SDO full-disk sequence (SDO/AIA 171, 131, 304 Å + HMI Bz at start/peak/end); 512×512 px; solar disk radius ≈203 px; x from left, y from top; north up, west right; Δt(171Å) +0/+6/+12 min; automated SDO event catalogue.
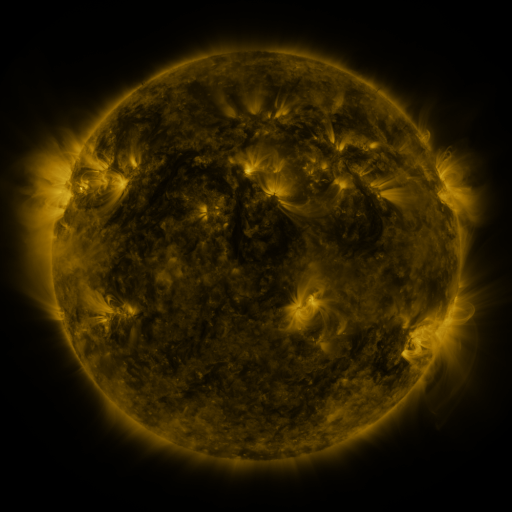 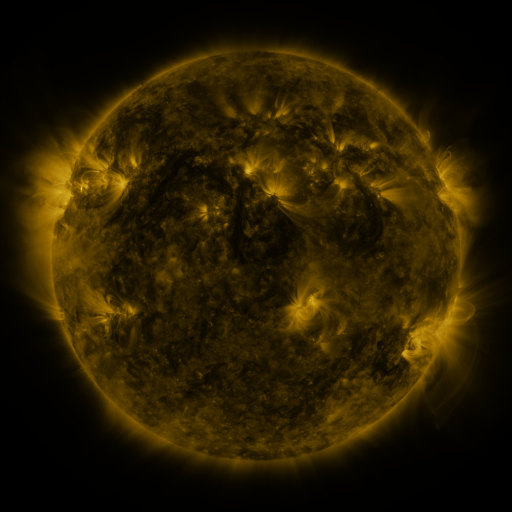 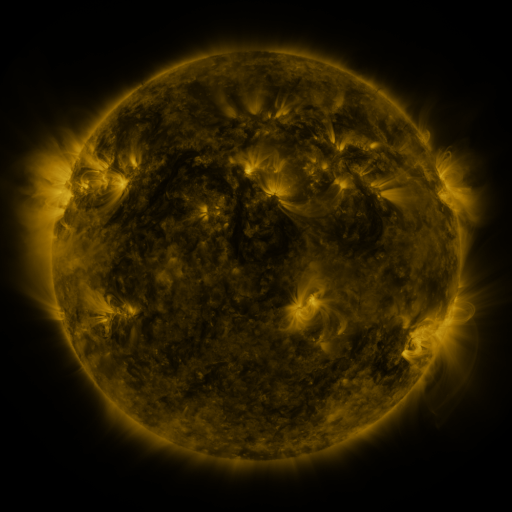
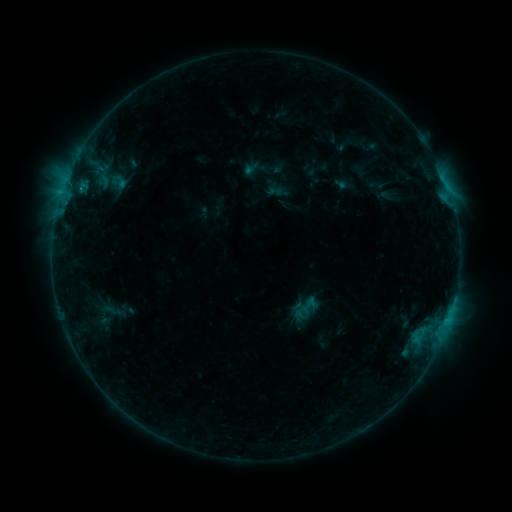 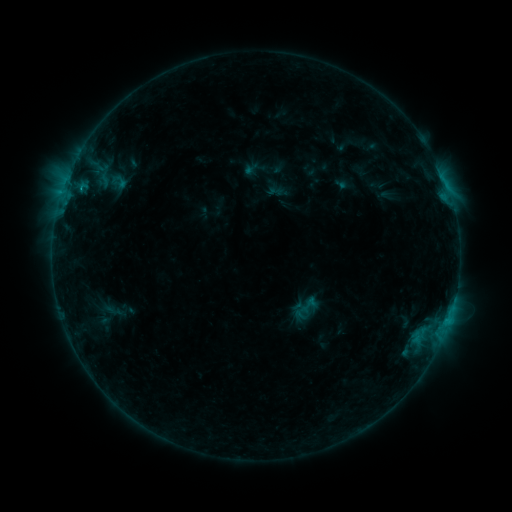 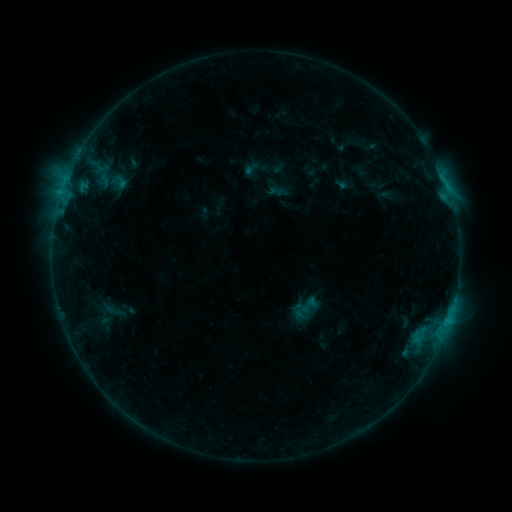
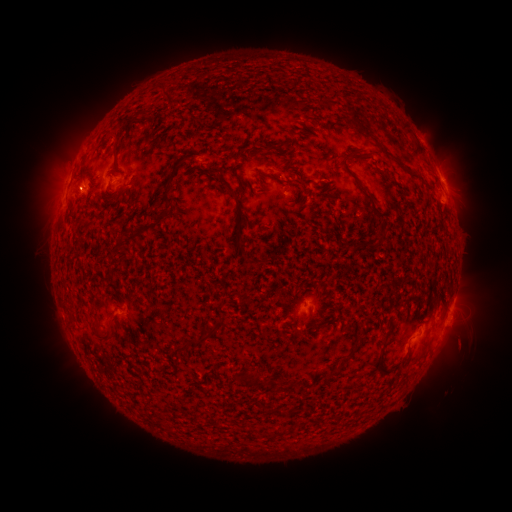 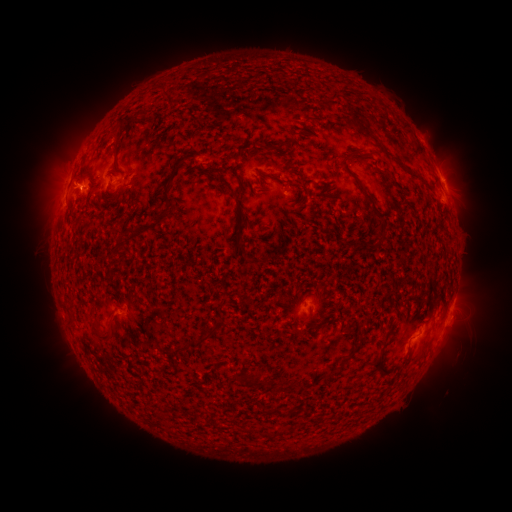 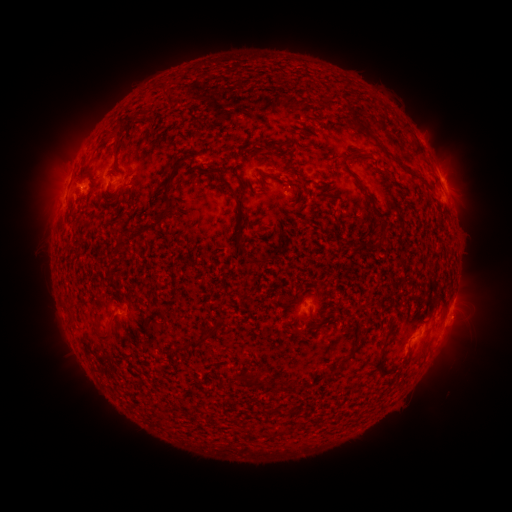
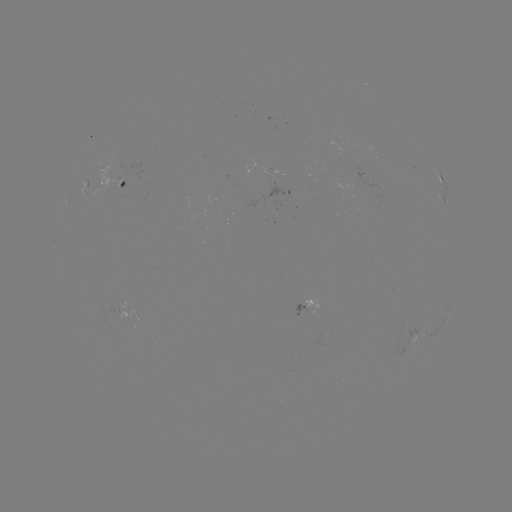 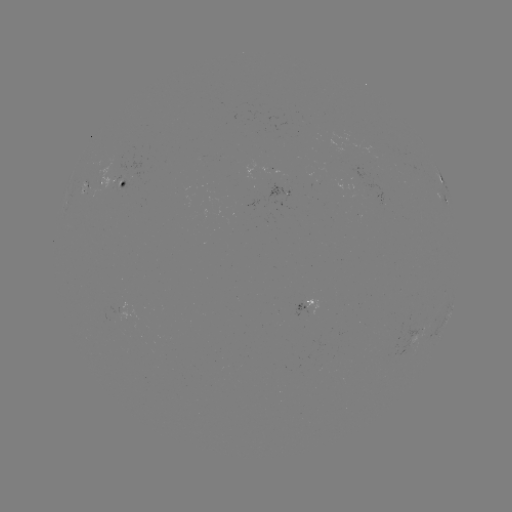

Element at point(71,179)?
eruption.